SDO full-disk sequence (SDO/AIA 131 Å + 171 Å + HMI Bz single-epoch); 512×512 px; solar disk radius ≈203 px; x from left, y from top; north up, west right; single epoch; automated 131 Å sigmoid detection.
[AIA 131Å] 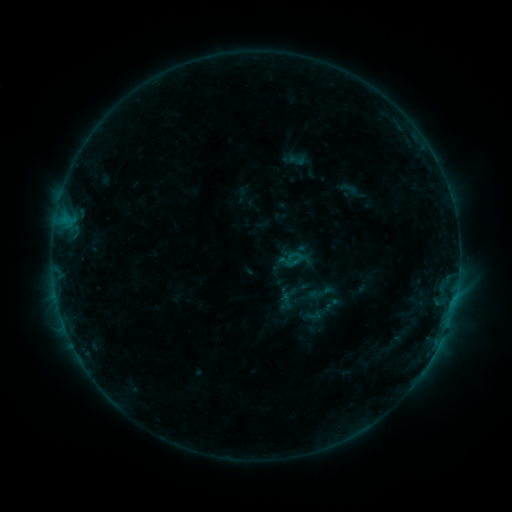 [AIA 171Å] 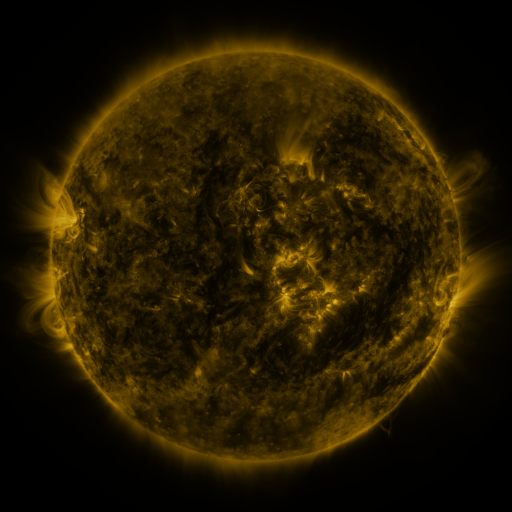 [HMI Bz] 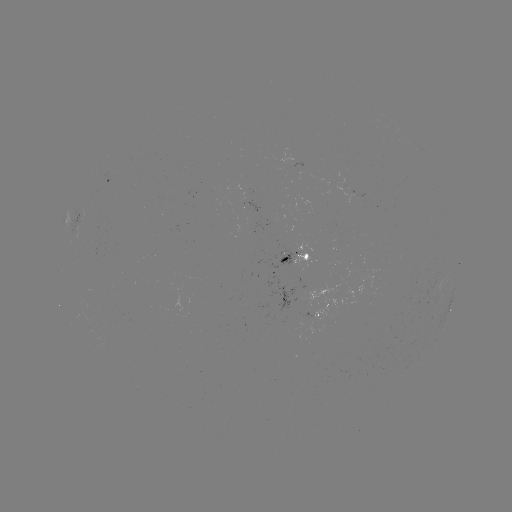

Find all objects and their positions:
sigmoid: (297, 159)
sigmoid: (332, 305)
